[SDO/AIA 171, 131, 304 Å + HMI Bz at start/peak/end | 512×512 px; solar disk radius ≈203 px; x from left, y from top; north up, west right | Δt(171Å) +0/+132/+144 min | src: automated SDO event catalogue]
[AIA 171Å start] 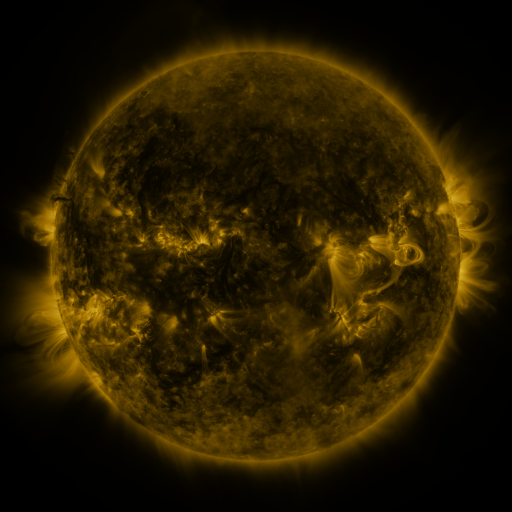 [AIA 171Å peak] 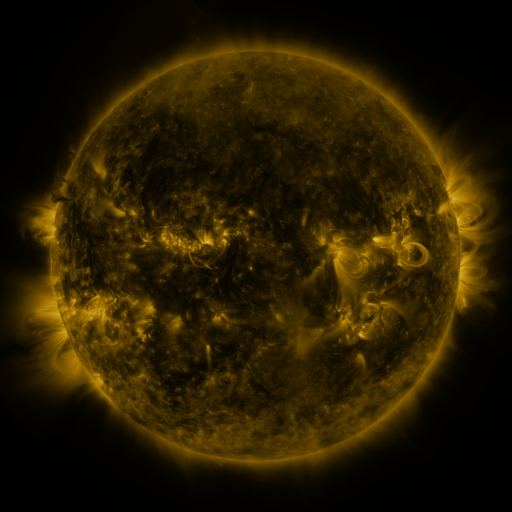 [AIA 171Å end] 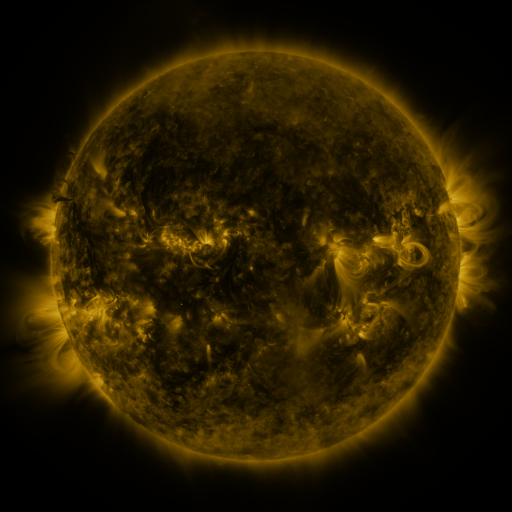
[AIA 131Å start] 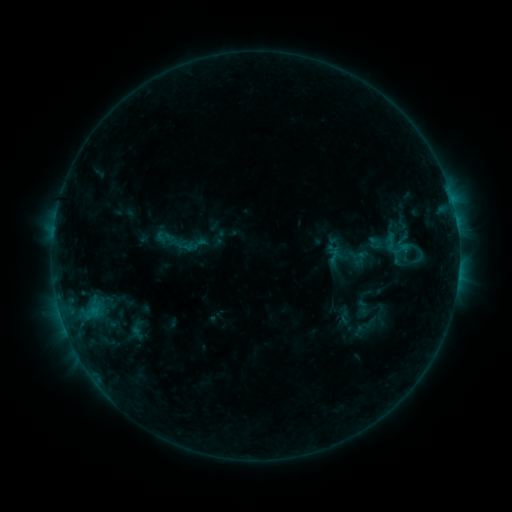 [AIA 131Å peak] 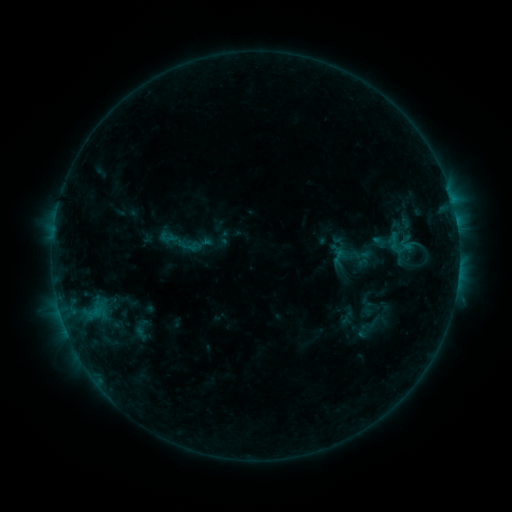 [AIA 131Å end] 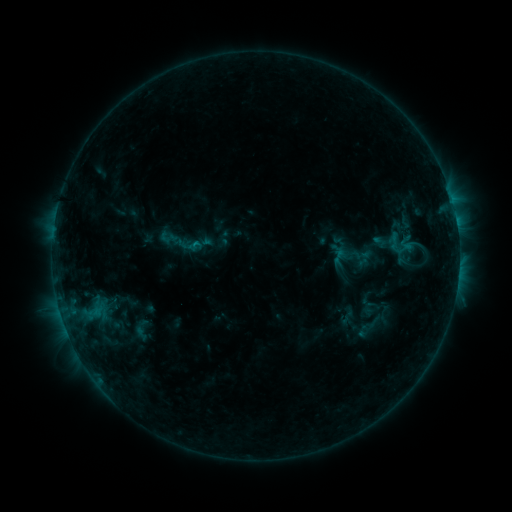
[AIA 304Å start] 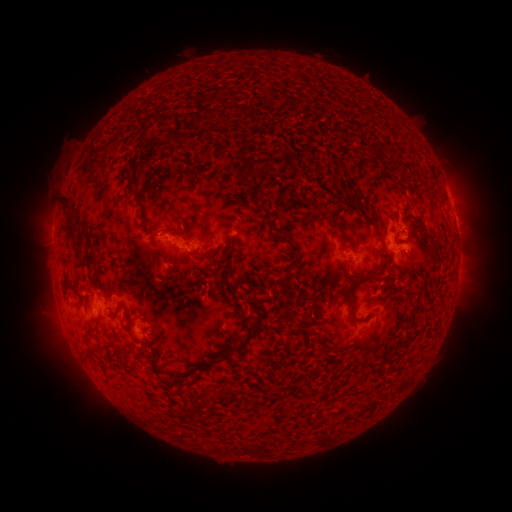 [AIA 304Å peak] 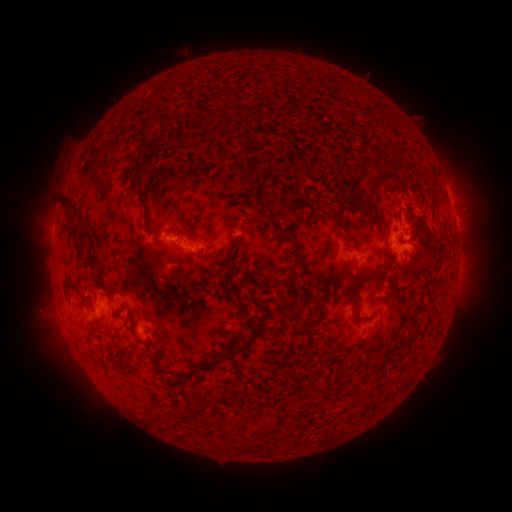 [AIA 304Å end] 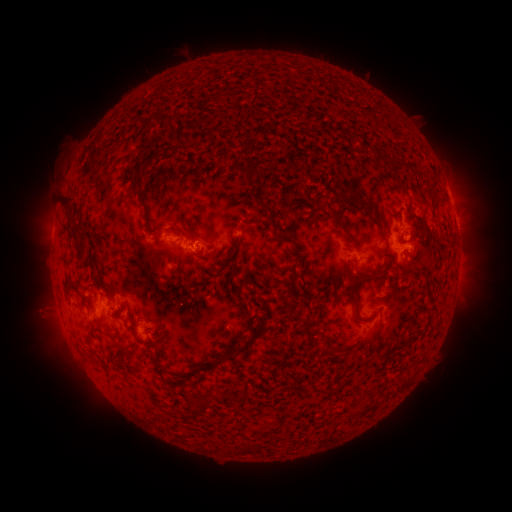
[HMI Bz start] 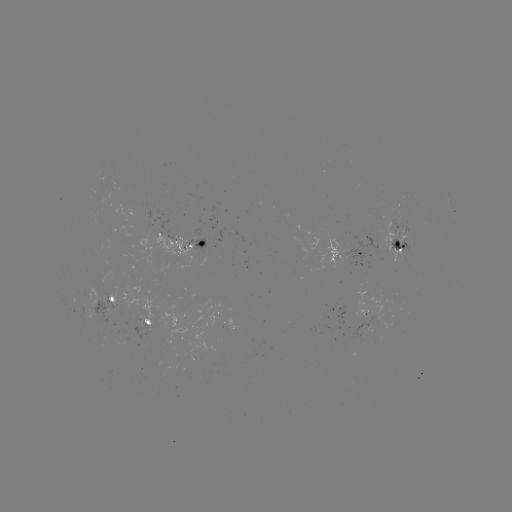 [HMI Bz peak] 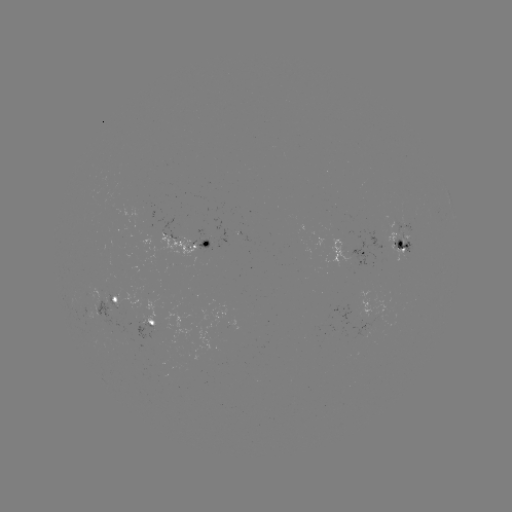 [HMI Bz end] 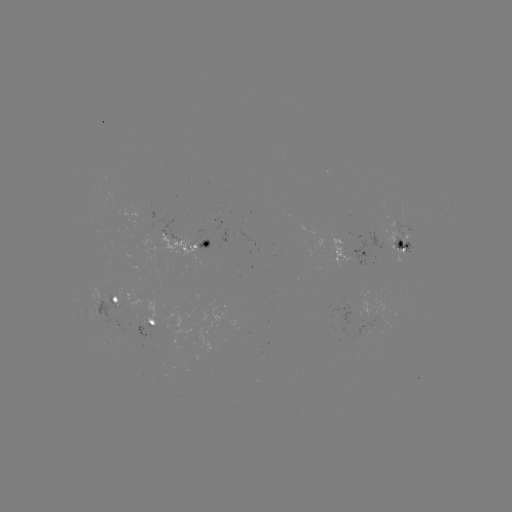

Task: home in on emerging-flux region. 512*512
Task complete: [402, 243].